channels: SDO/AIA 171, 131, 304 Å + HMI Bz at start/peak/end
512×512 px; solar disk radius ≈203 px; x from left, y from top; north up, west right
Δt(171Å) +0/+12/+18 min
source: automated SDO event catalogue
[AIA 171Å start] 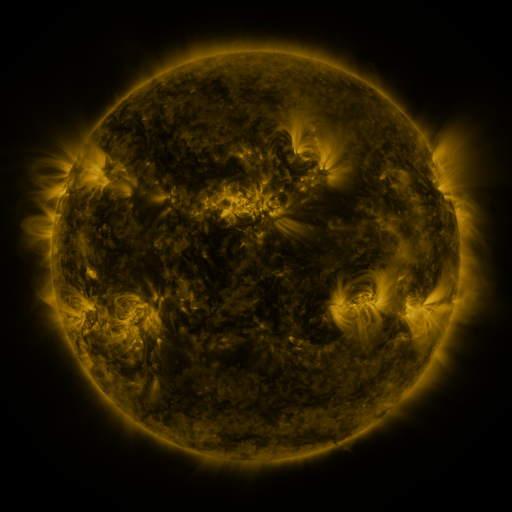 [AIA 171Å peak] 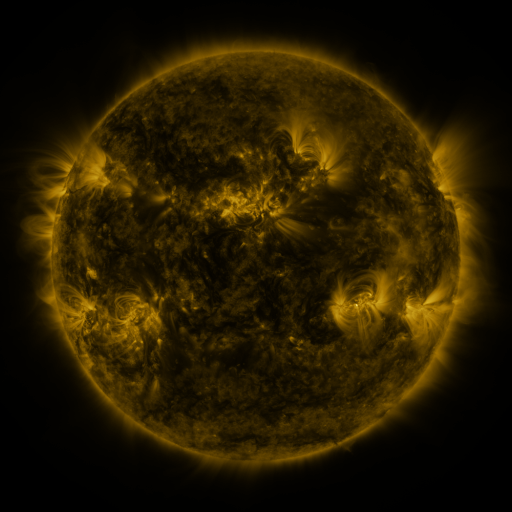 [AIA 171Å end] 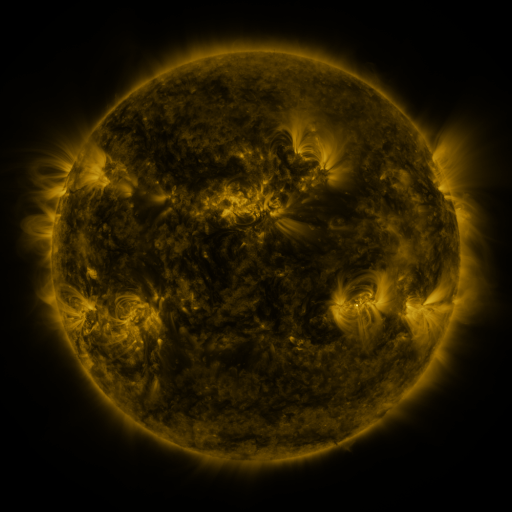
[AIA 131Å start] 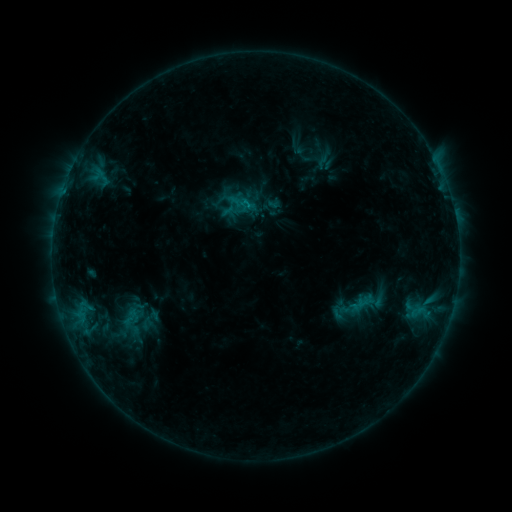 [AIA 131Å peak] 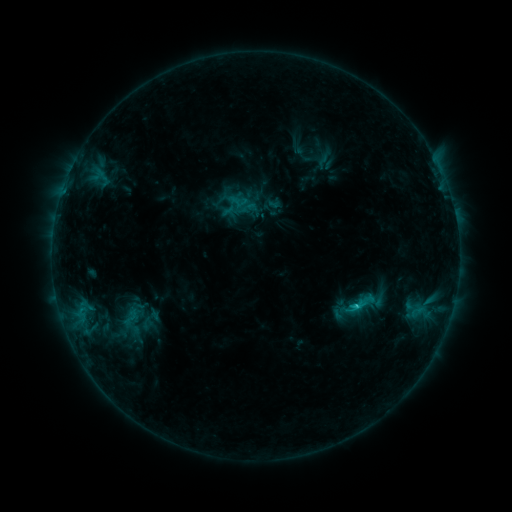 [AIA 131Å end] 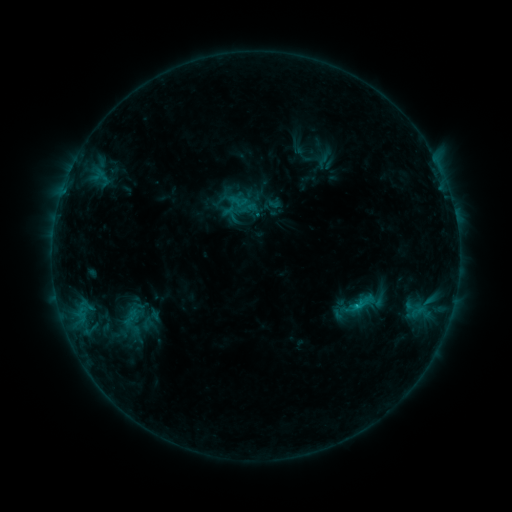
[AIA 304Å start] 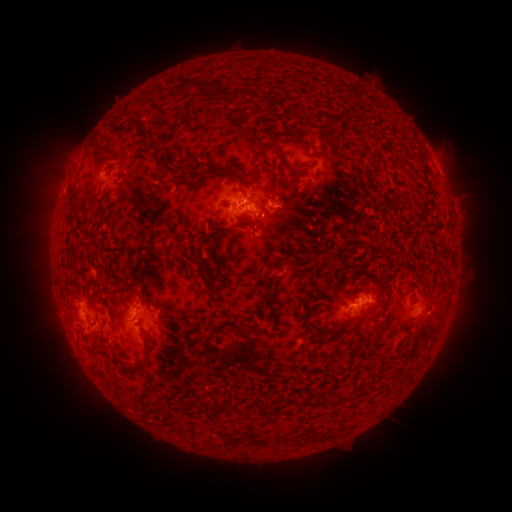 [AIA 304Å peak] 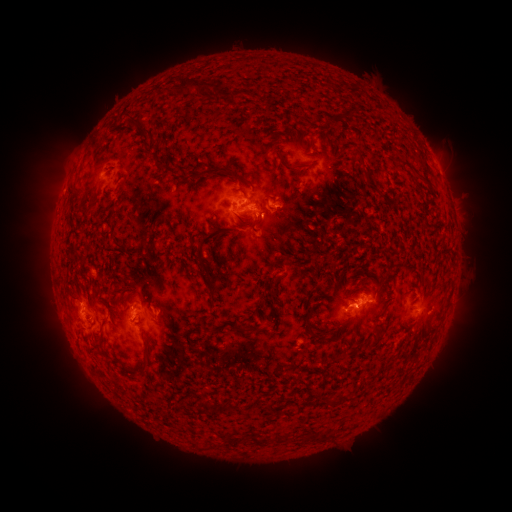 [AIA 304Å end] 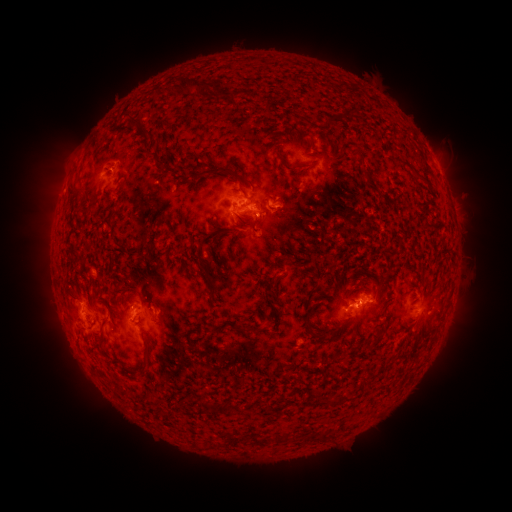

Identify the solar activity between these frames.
C1.3 flare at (356, 303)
